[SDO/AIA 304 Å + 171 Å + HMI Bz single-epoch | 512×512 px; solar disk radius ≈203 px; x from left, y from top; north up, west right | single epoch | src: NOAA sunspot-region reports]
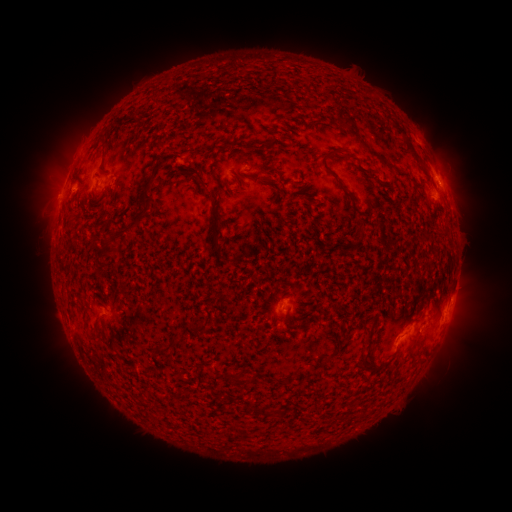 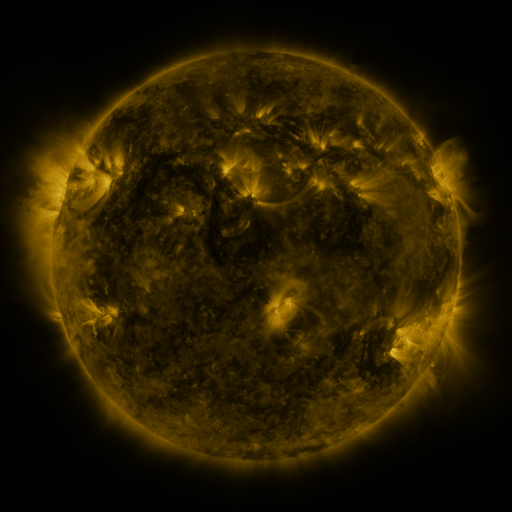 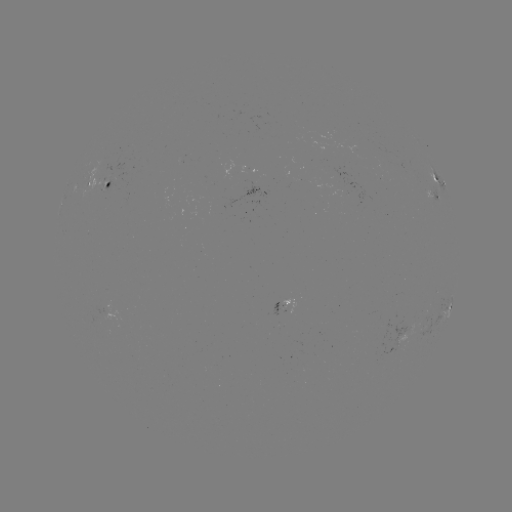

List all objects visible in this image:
spotted active region: (439, 182)
spotted active region: (105, 184)
spotted active region: (434, 197)
spotted active region: (286, 304)
spotted active region: (448, 309)
